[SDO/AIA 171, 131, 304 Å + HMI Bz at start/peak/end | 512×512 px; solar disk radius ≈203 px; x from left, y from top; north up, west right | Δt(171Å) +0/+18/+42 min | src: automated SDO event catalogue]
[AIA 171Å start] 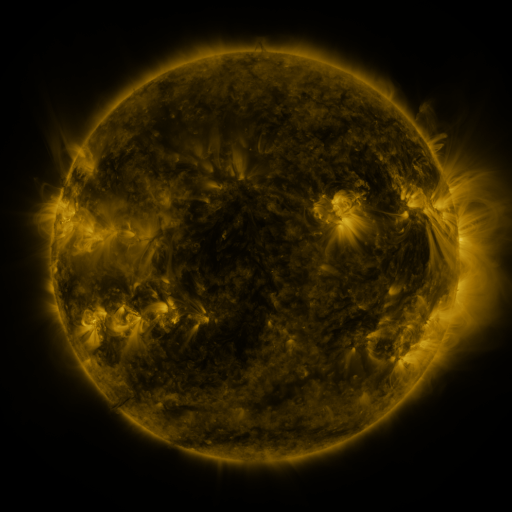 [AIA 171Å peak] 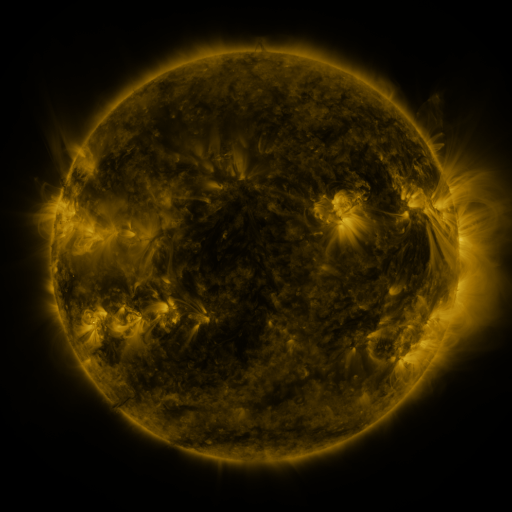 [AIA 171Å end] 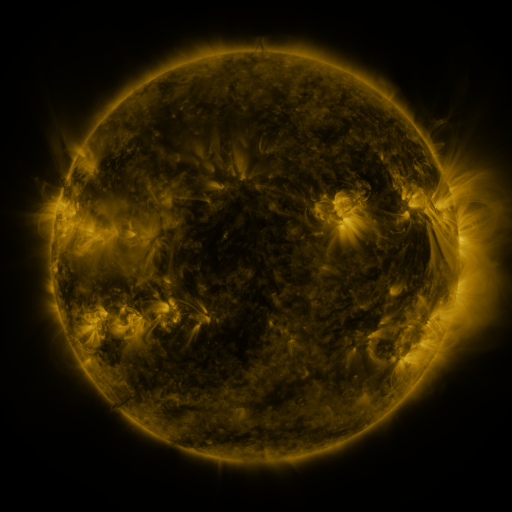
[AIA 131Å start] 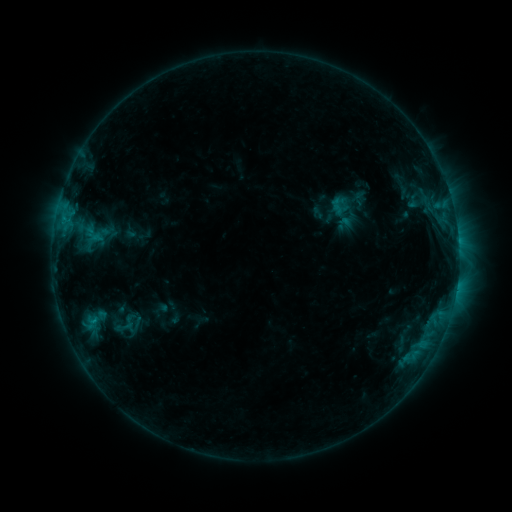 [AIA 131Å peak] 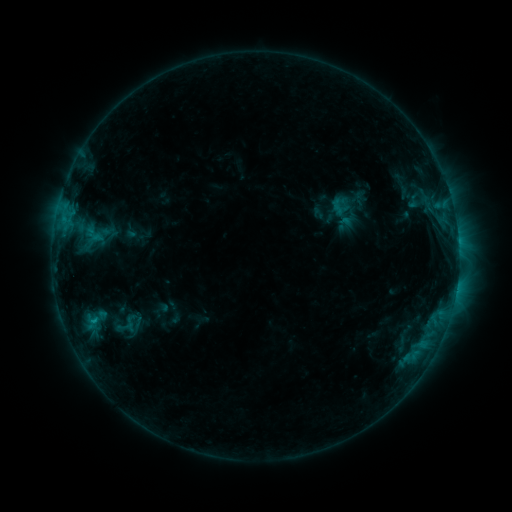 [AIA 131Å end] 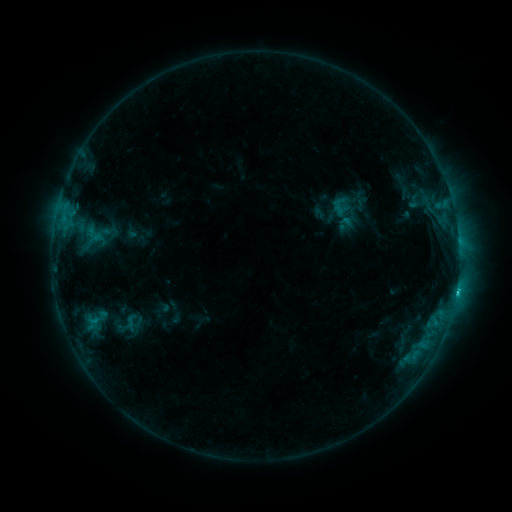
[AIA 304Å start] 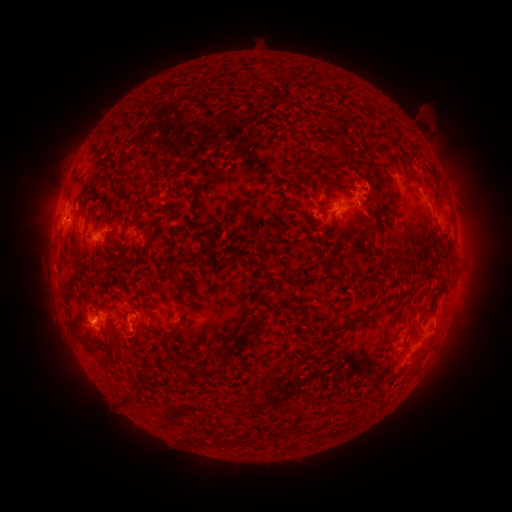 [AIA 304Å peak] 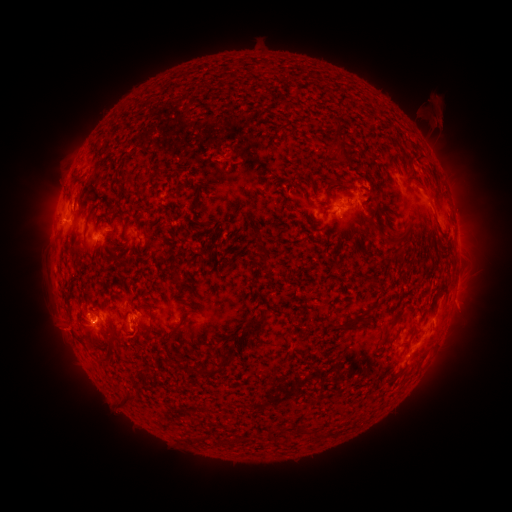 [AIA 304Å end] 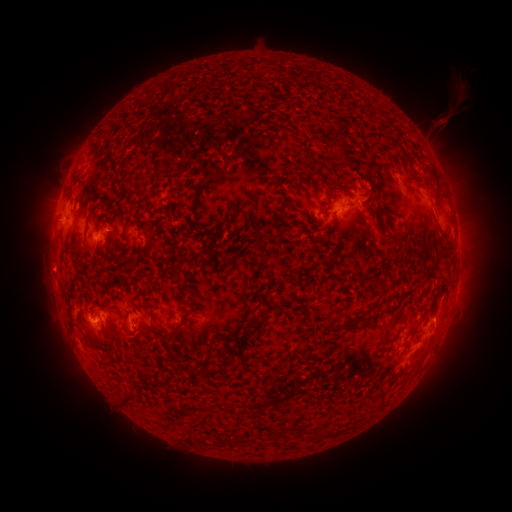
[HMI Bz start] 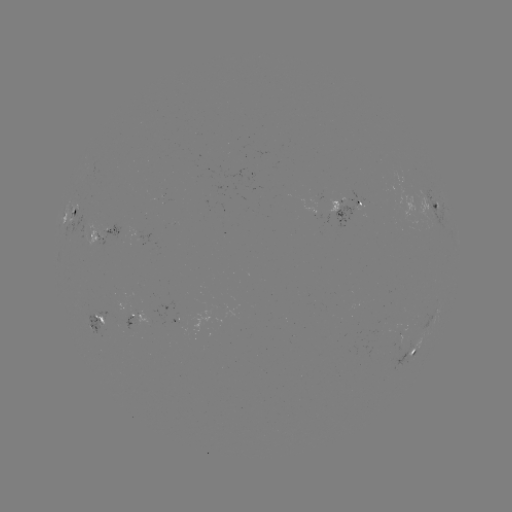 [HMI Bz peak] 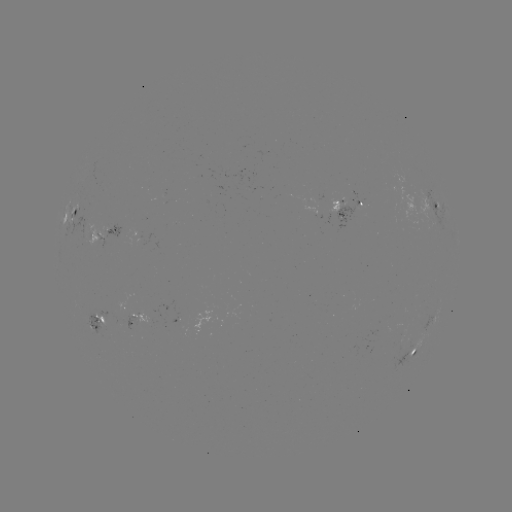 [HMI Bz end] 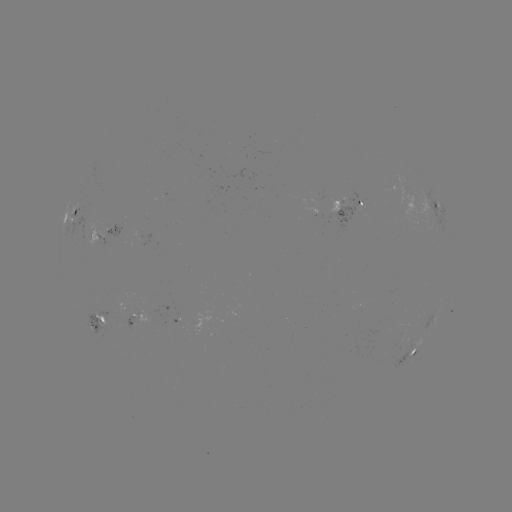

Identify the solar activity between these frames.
eruption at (438, 115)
